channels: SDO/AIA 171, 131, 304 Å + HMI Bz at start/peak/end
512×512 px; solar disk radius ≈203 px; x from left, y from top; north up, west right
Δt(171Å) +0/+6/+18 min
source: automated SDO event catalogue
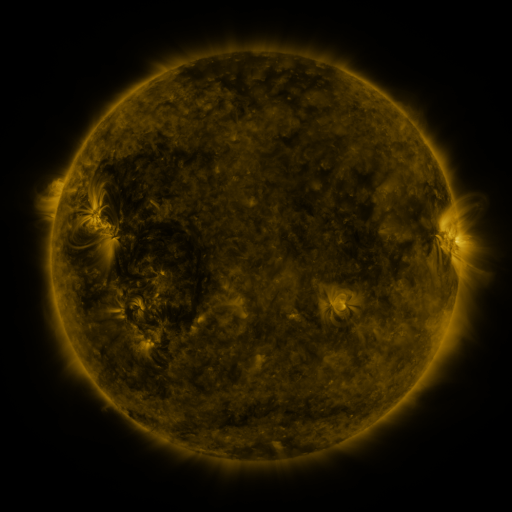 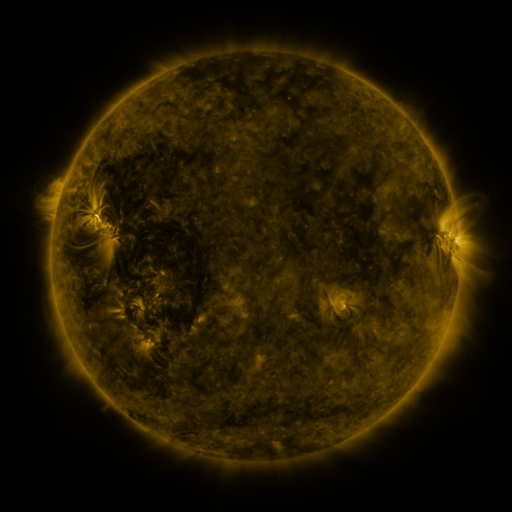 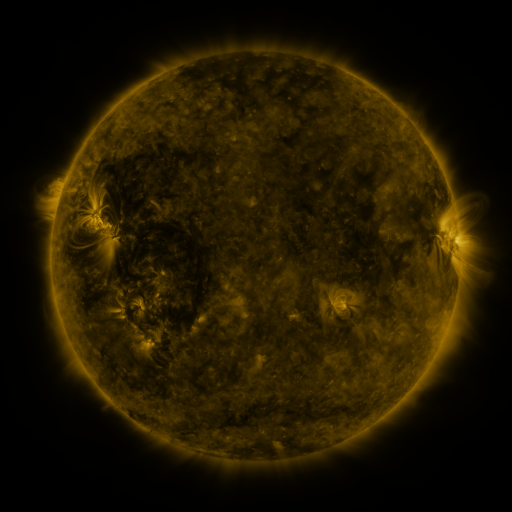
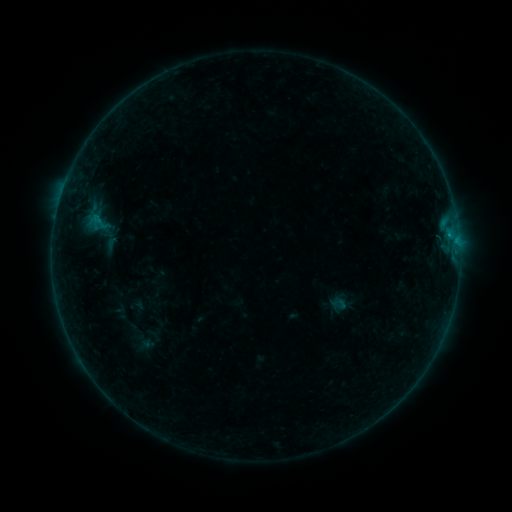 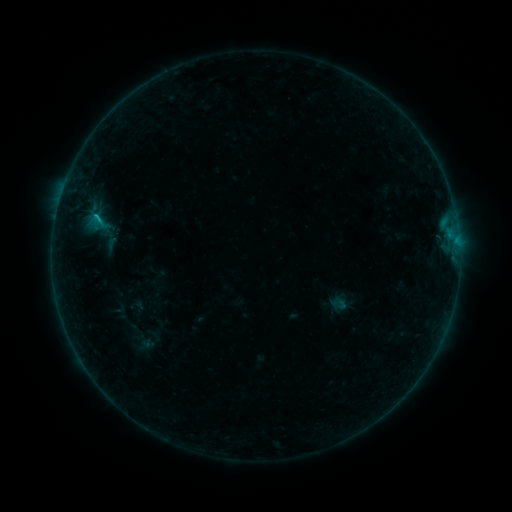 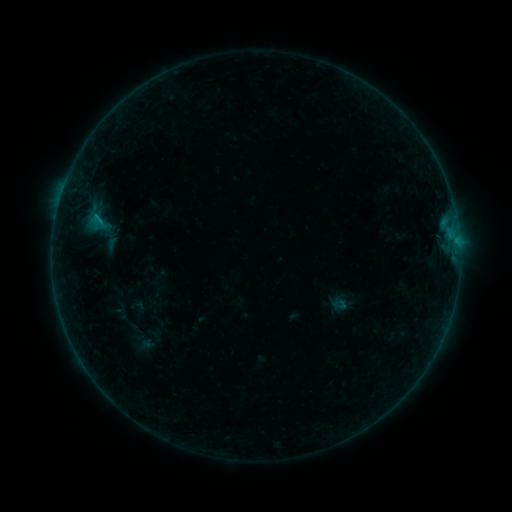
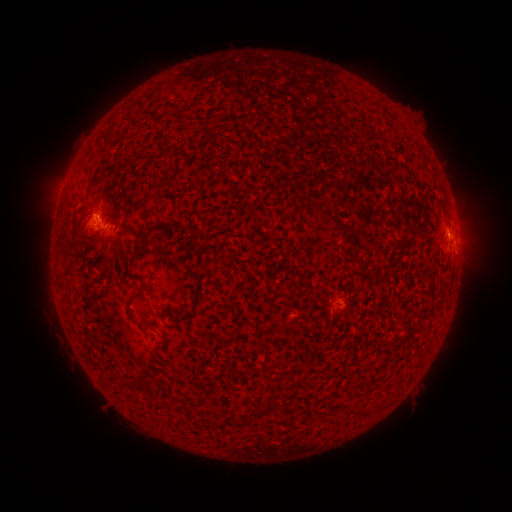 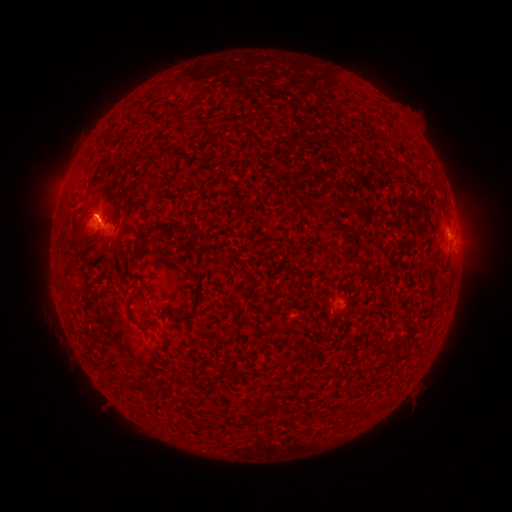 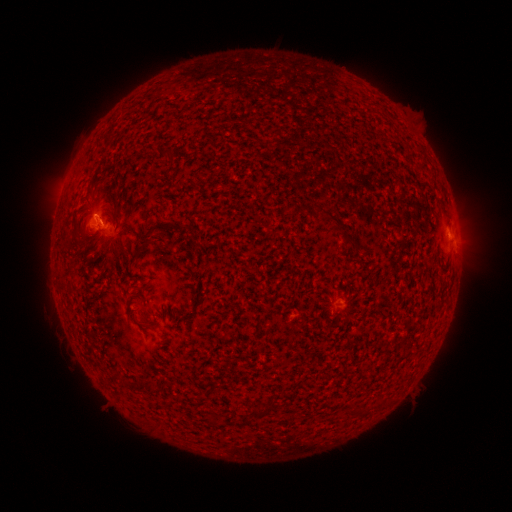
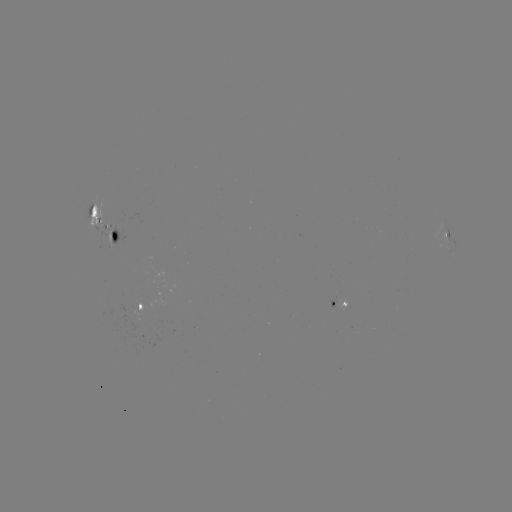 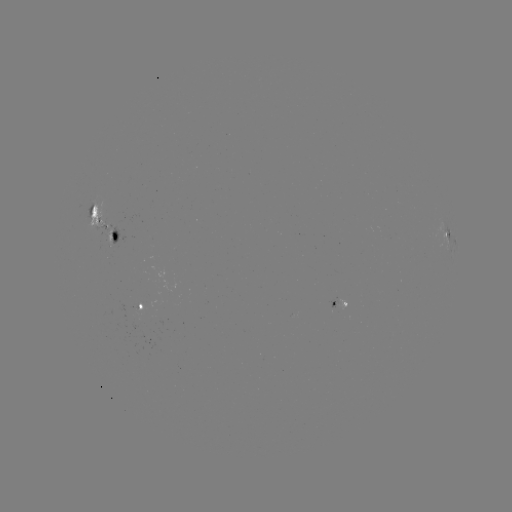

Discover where B3.4 flare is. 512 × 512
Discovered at (98, 218).